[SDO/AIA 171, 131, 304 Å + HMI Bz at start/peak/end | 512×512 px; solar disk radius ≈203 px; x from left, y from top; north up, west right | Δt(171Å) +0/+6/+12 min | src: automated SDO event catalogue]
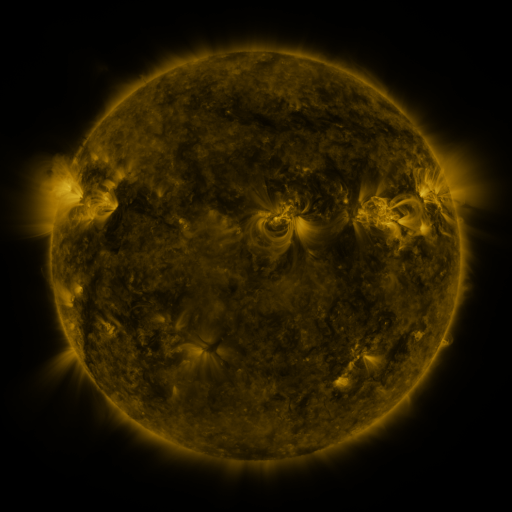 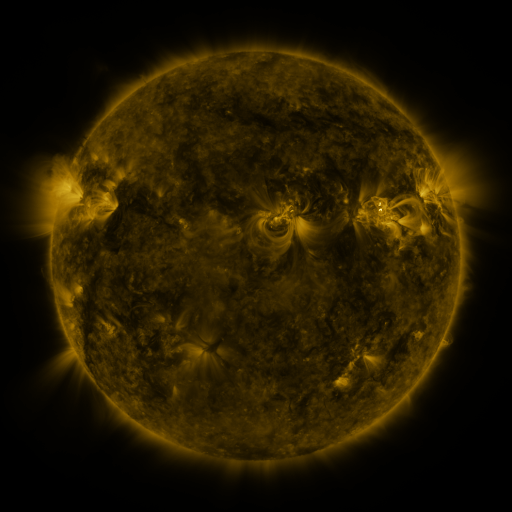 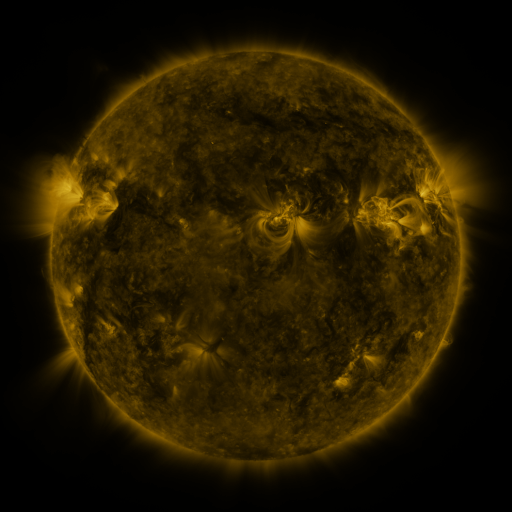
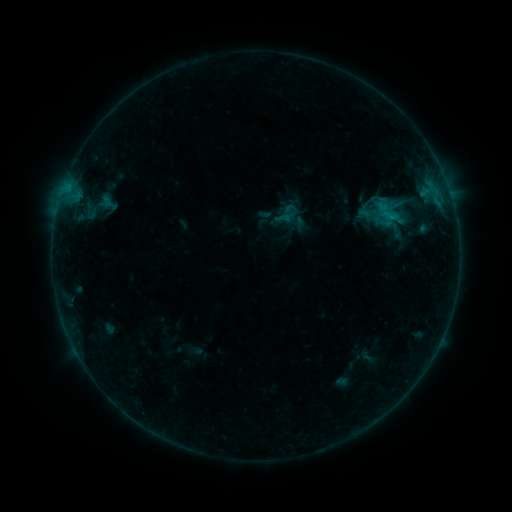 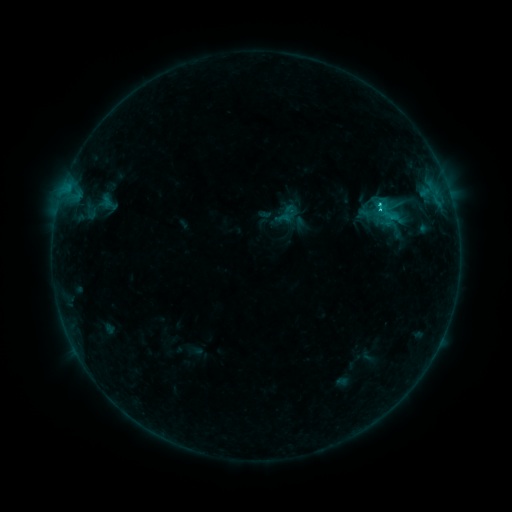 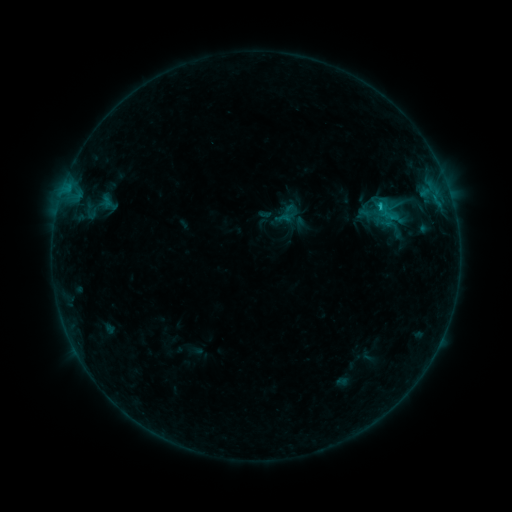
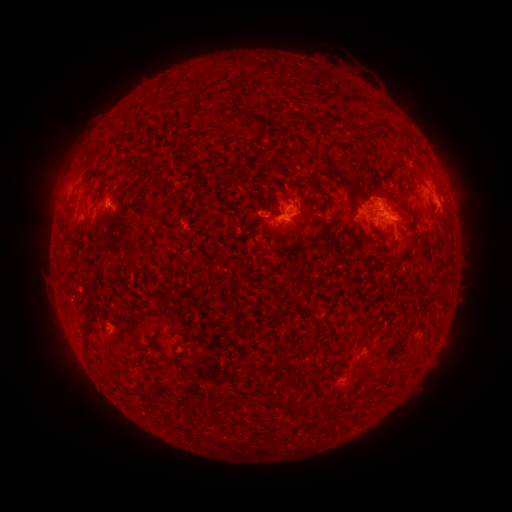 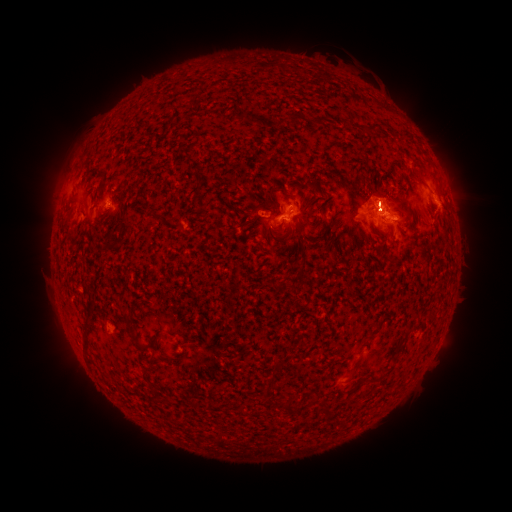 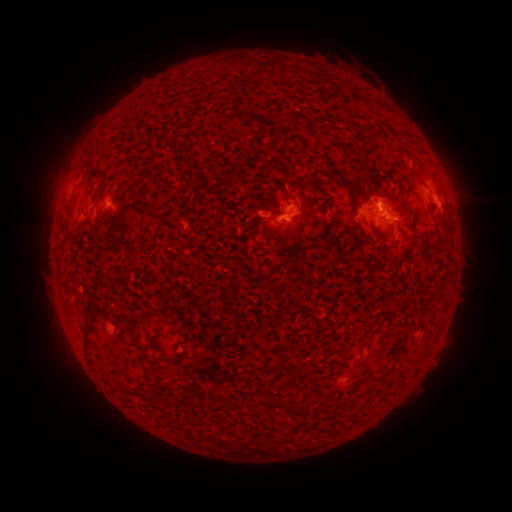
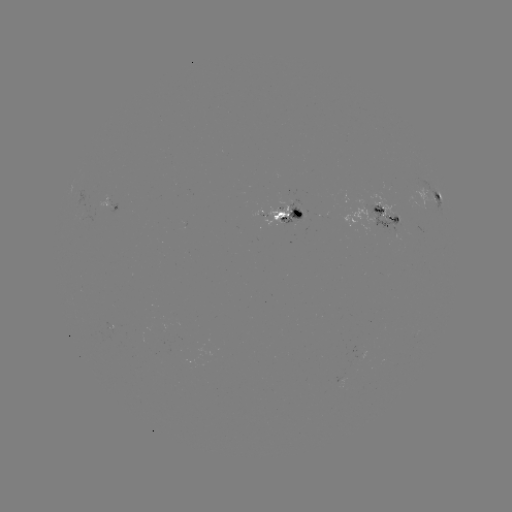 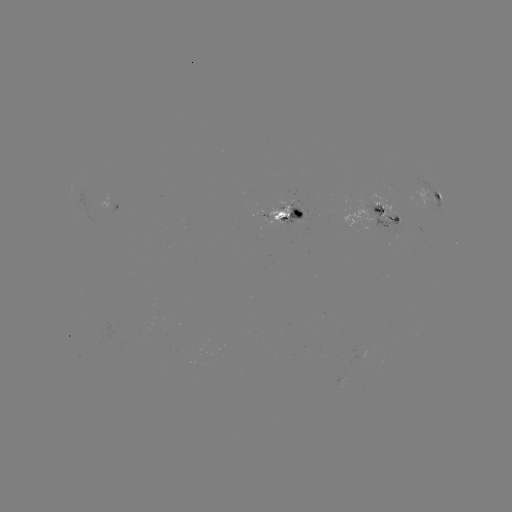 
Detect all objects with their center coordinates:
C2.5 flare: (377, 205)
